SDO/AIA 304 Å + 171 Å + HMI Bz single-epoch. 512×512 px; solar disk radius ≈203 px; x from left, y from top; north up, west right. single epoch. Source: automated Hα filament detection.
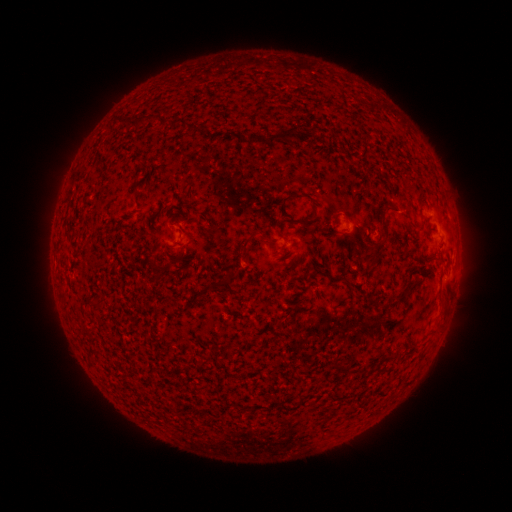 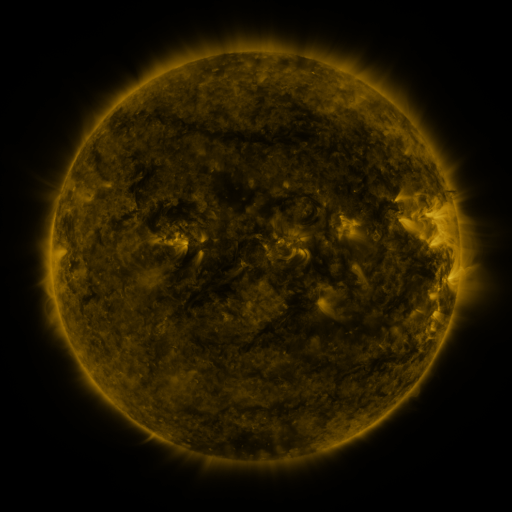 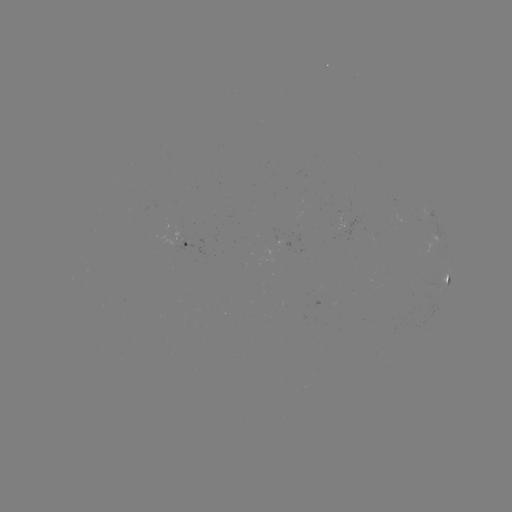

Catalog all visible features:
filament: (133, 122)
filament: (271, 141)
filament: (251, 236)
filament: (385, 239)
filament: (448, 278)
filament: (226, 280)
filament: (393, 303)
filament: (93, 304)
filament: (89, 332)
filament: (349, 368)
filament: (365, 368)
